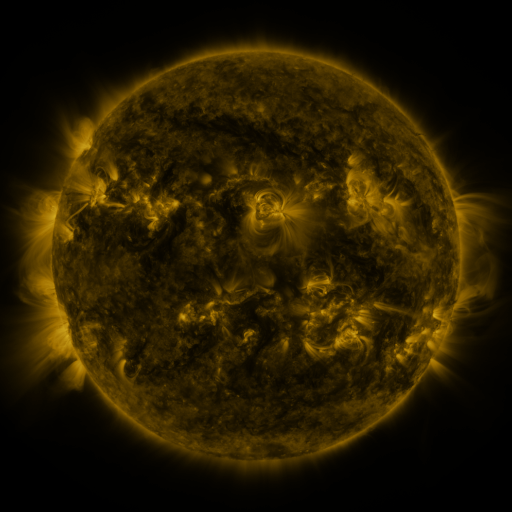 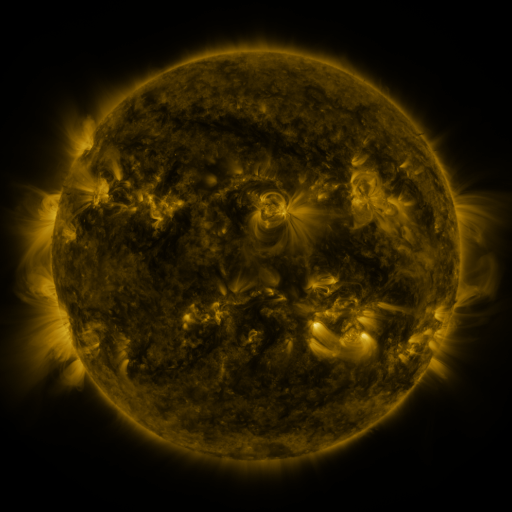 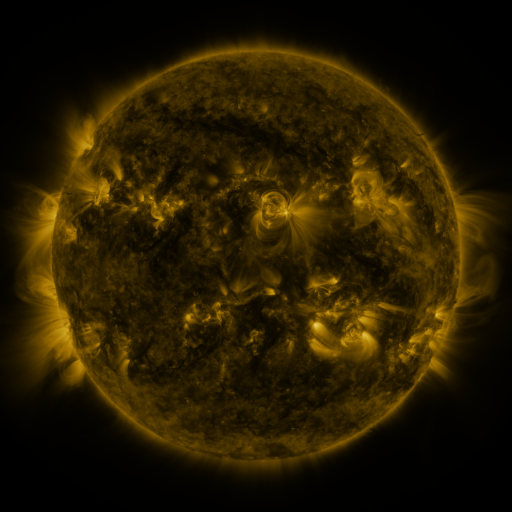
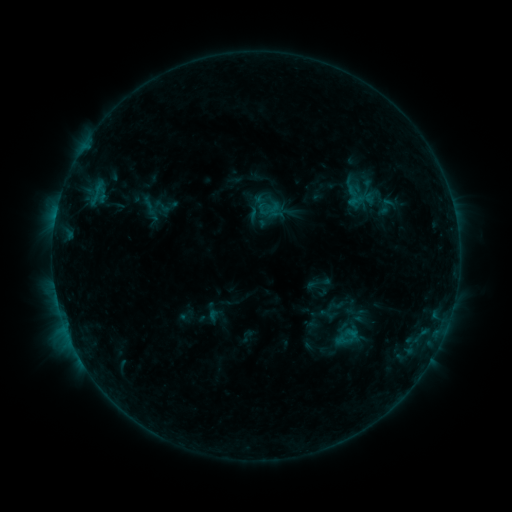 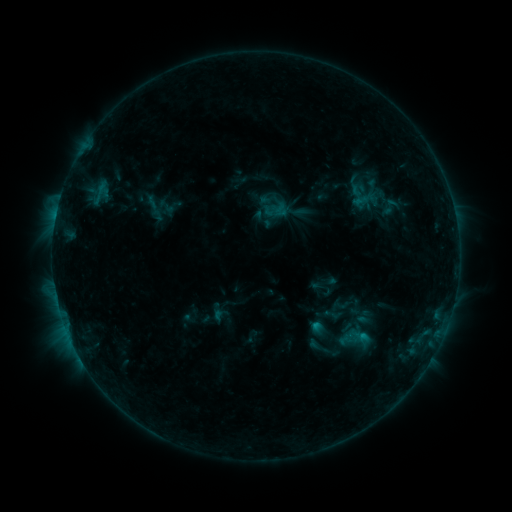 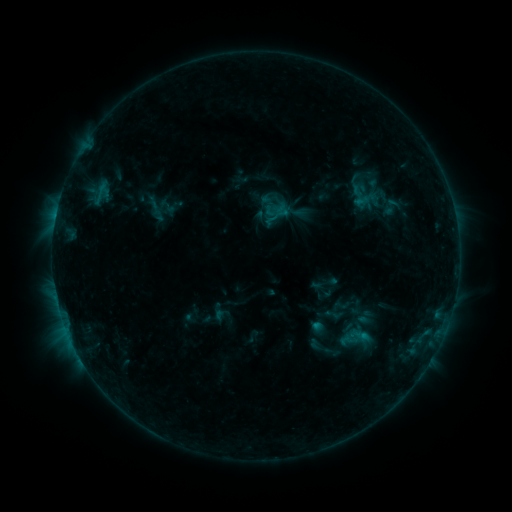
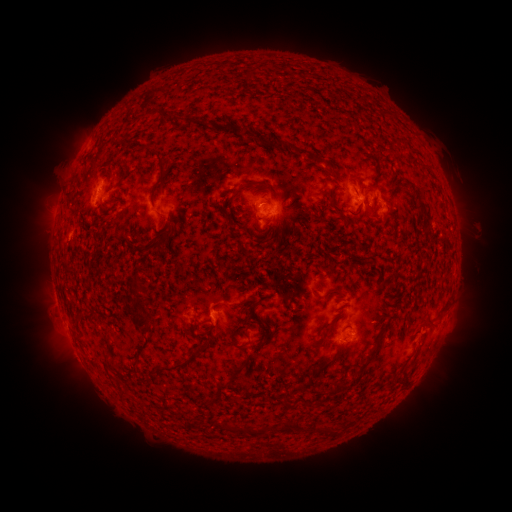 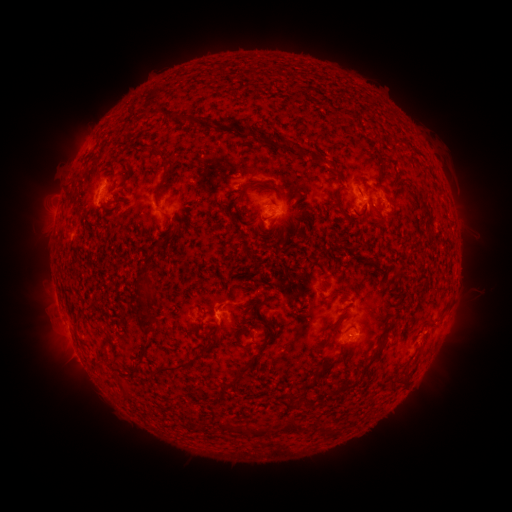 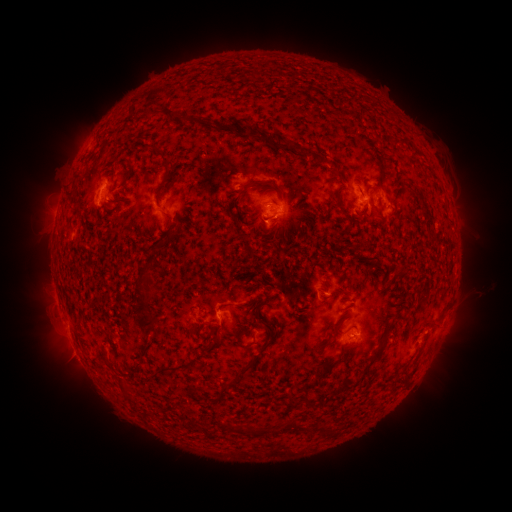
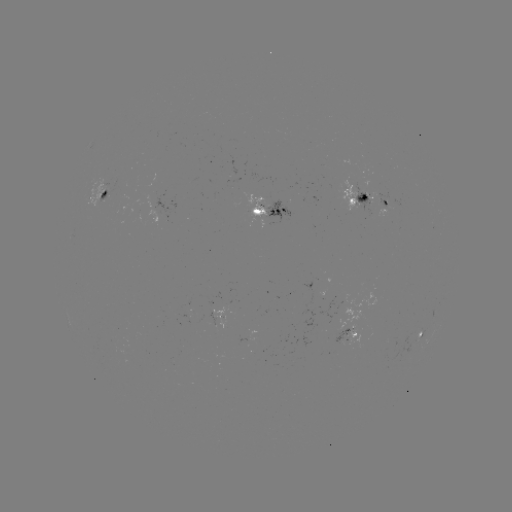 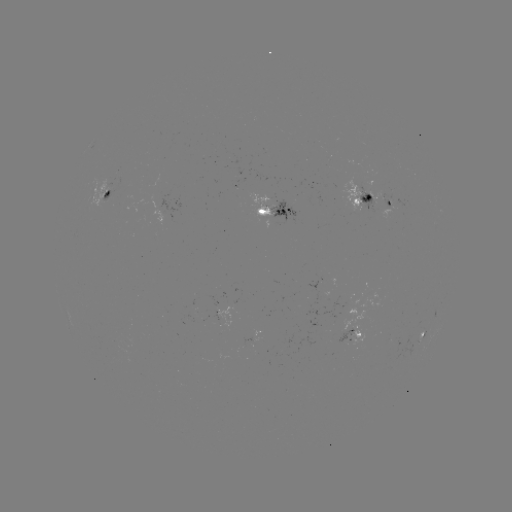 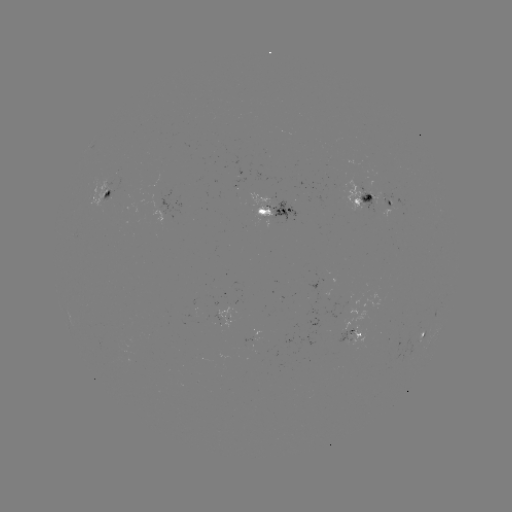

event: emerging-flux region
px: (370, 200)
